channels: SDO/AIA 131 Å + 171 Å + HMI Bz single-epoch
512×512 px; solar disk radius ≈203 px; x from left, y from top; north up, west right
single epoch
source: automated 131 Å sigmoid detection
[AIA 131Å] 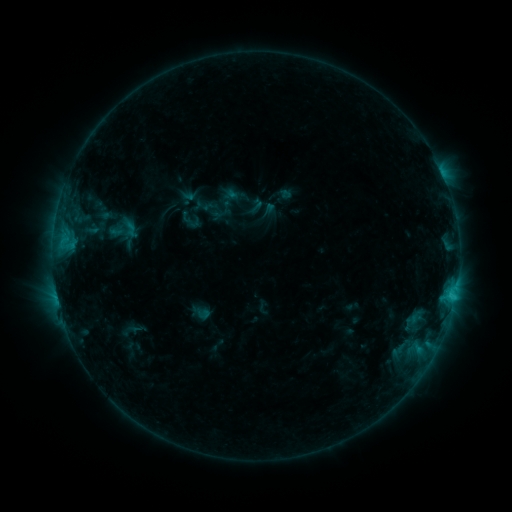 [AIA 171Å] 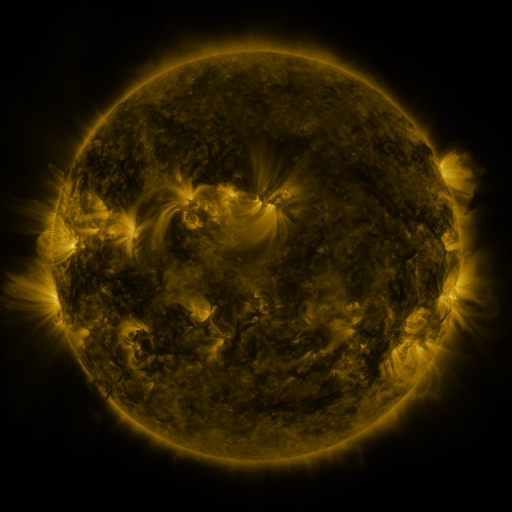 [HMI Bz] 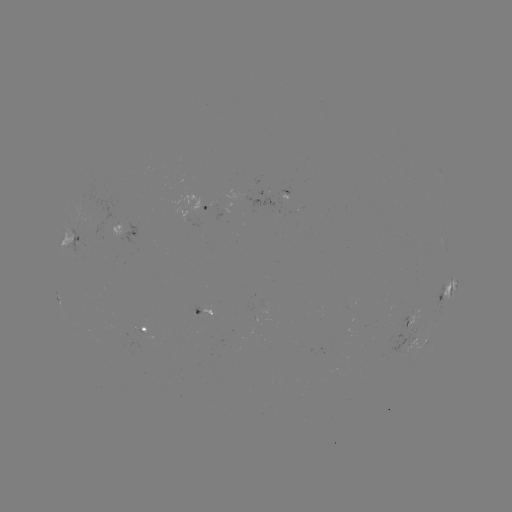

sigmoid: [122, 219, 140, 240]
